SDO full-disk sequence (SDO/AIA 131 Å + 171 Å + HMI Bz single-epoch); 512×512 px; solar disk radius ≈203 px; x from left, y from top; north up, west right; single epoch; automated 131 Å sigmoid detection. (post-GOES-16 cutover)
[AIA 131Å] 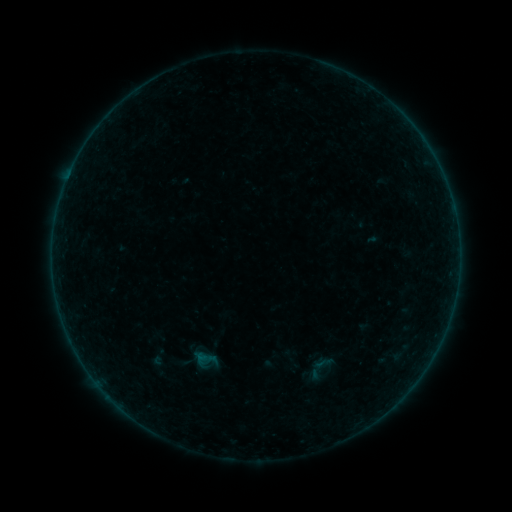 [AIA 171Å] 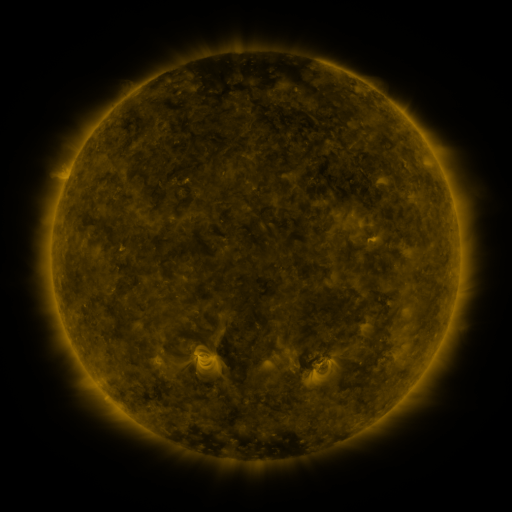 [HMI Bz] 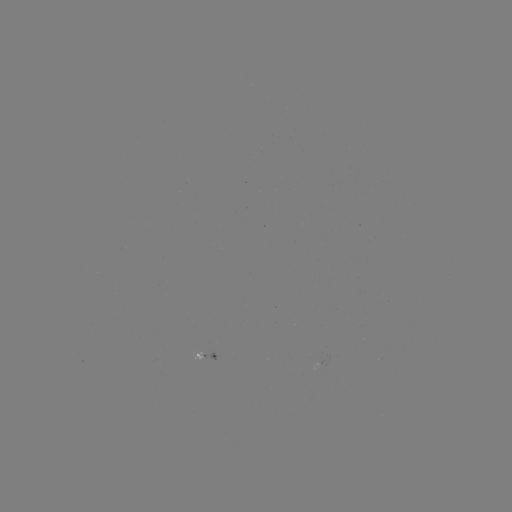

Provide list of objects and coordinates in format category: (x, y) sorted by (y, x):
sigmoid: (320, 368)
